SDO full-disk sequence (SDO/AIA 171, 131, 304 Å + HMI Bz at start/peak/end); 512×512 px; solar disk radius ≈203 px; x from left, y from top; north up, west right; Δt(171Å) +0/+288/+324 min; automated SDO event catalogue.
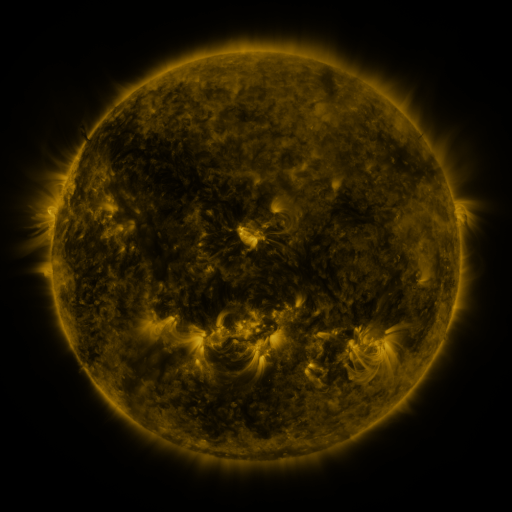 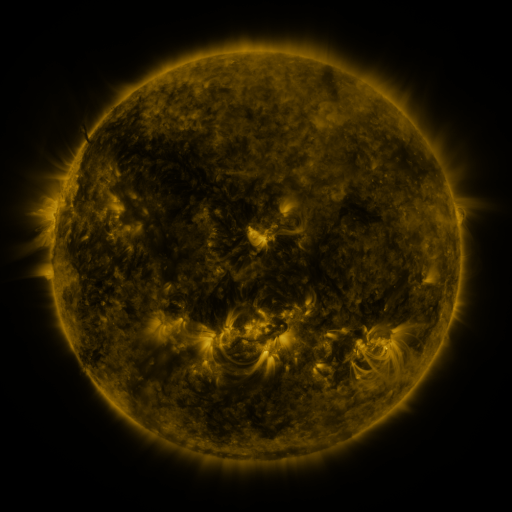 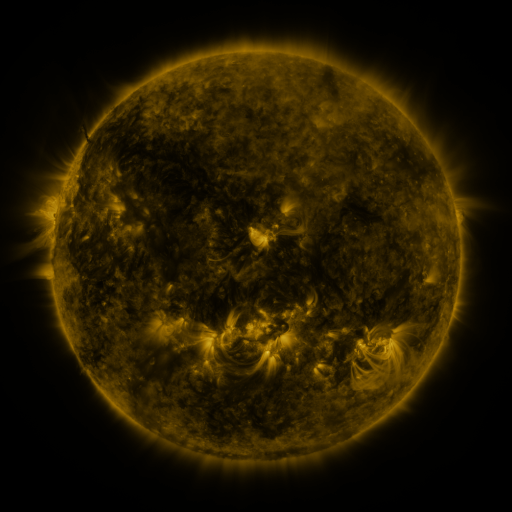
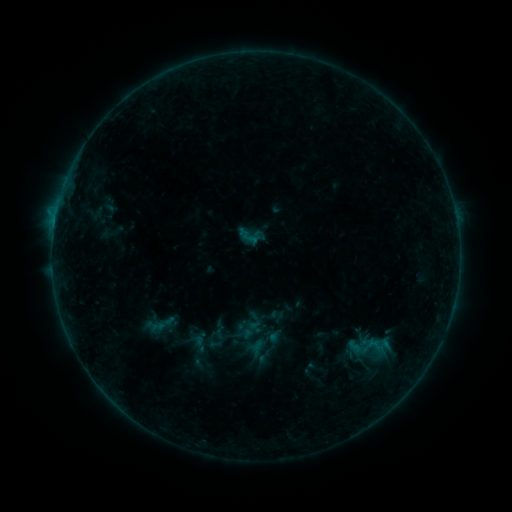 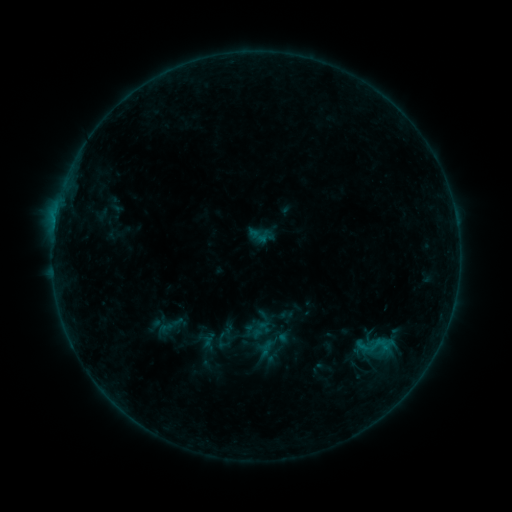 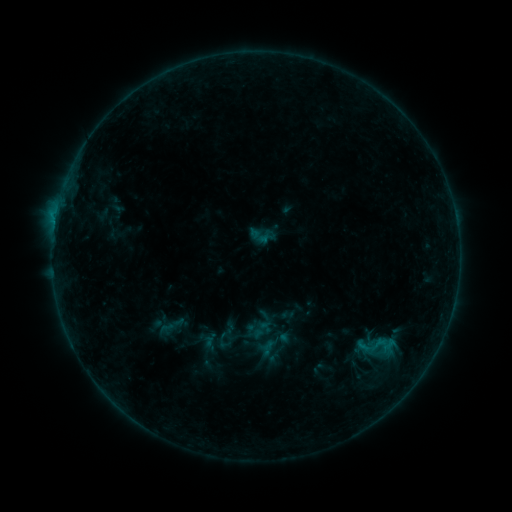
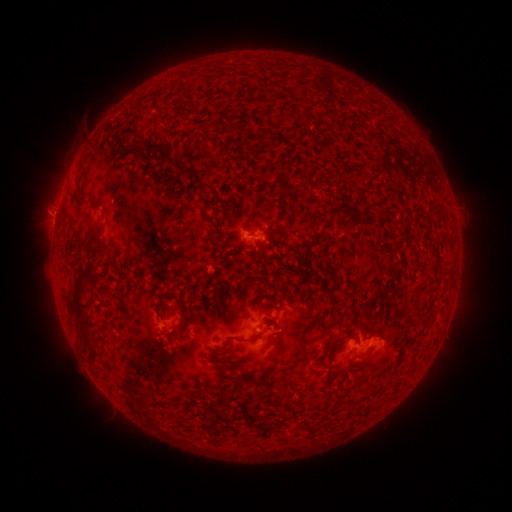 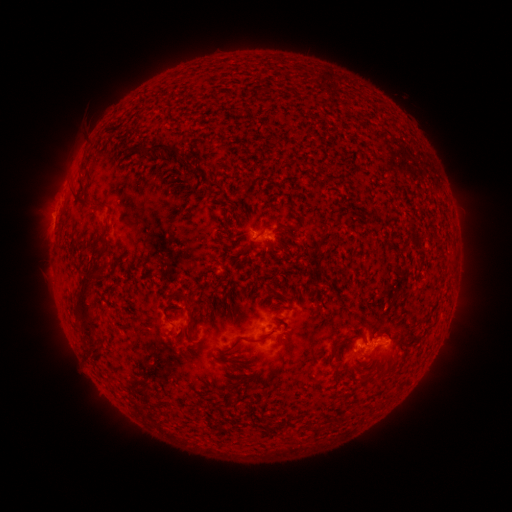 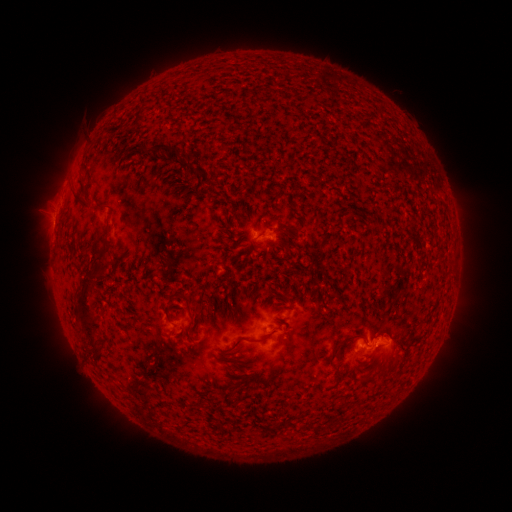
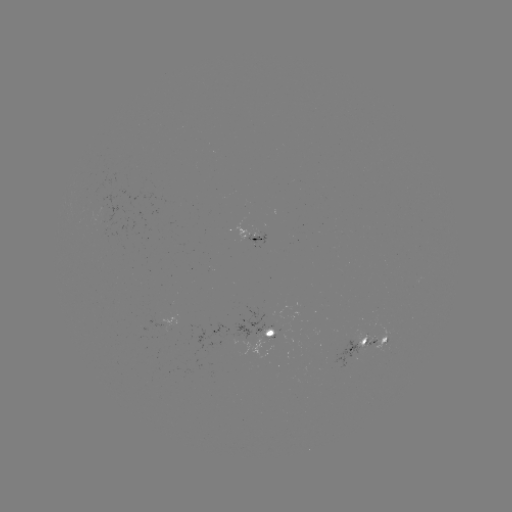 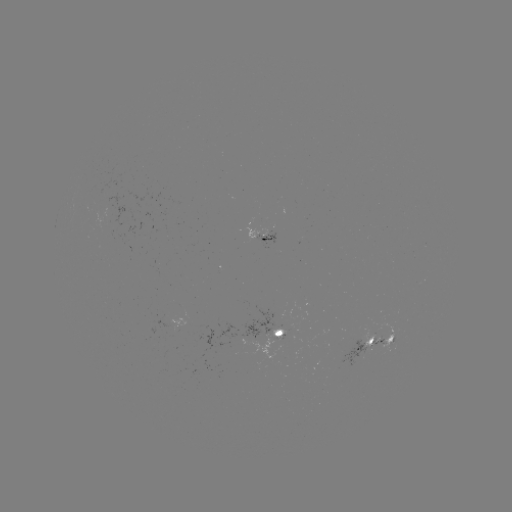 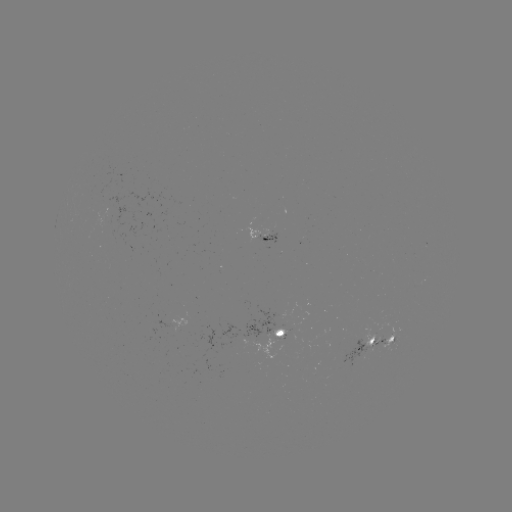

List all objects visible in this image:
emerging-flux region: (281, 335)
